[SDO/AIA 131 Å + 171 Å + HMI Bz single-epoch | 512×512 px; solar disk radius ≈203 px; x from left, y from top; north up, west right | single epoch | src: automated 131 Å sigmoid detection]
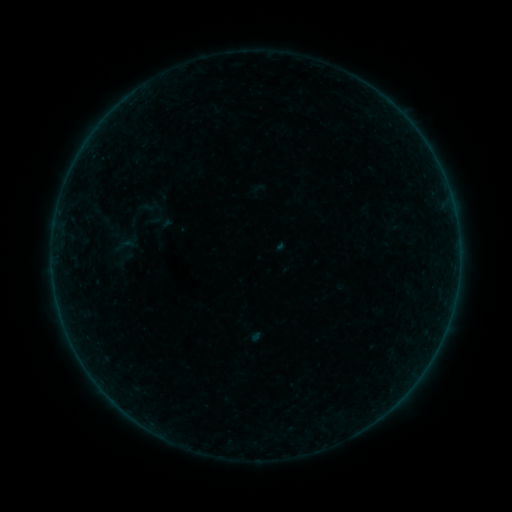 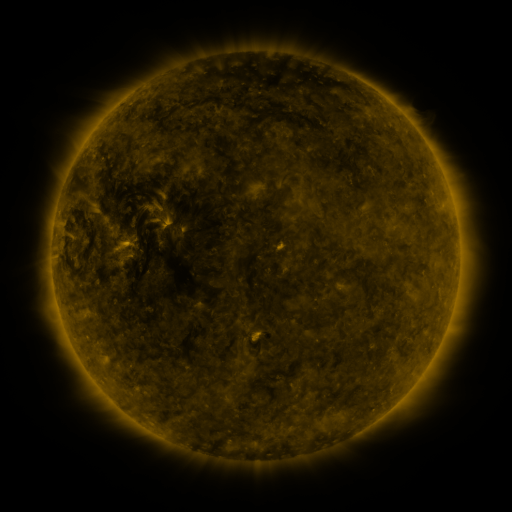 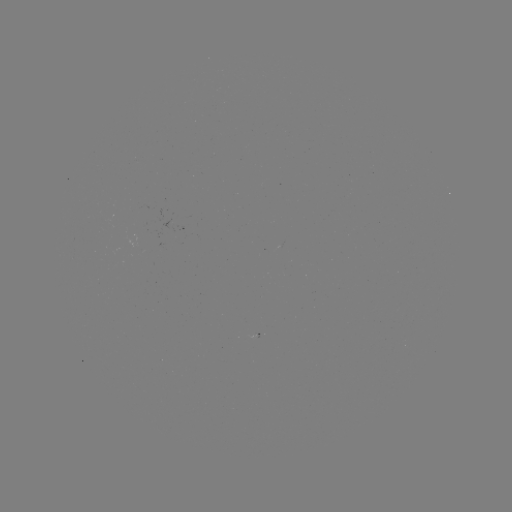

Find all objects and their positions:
sigmoid: [114, 233, 136, 257]
